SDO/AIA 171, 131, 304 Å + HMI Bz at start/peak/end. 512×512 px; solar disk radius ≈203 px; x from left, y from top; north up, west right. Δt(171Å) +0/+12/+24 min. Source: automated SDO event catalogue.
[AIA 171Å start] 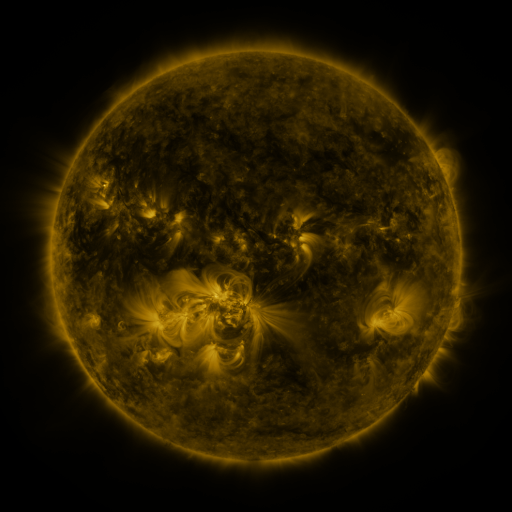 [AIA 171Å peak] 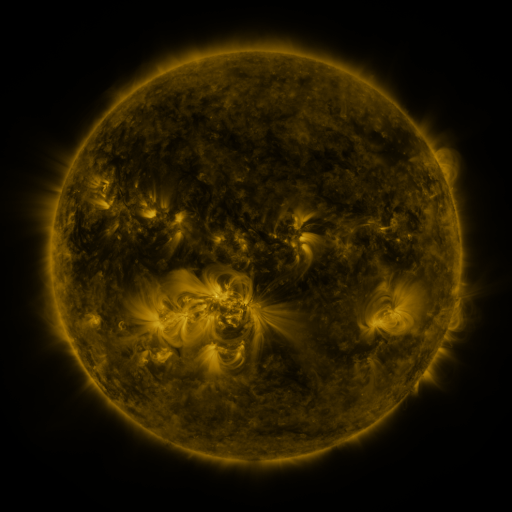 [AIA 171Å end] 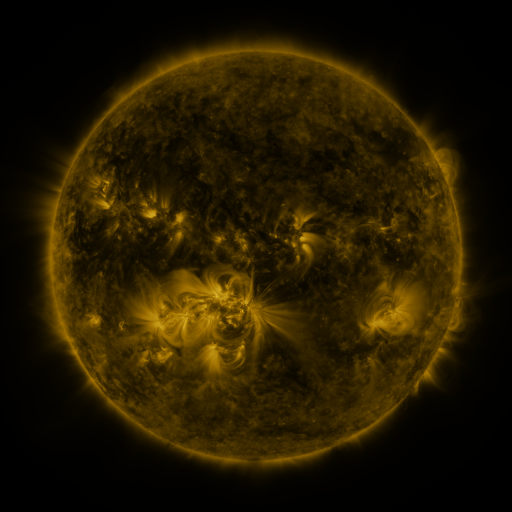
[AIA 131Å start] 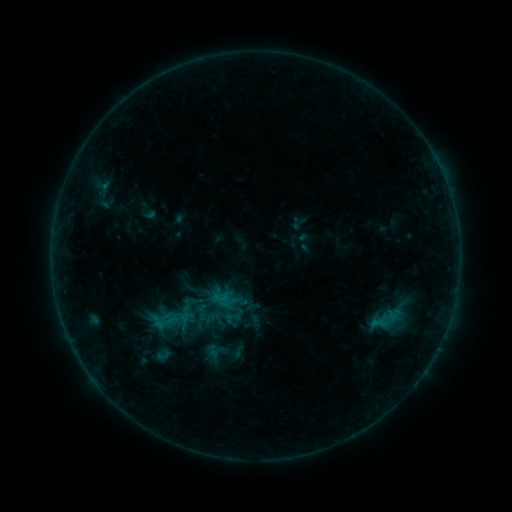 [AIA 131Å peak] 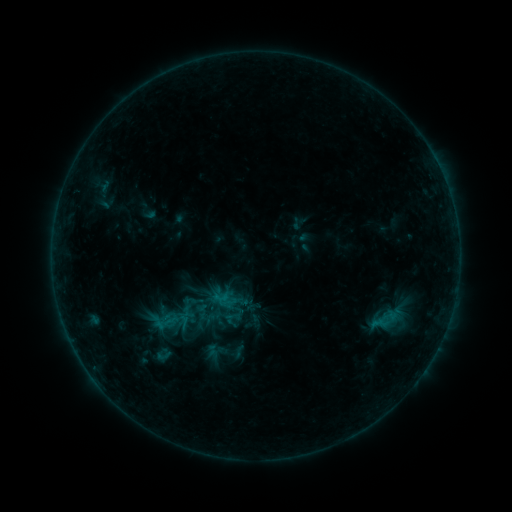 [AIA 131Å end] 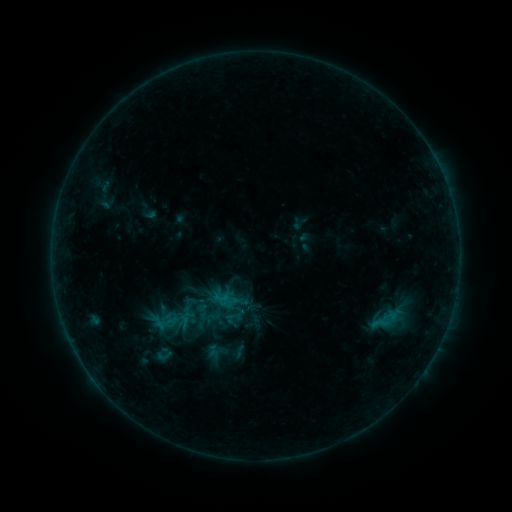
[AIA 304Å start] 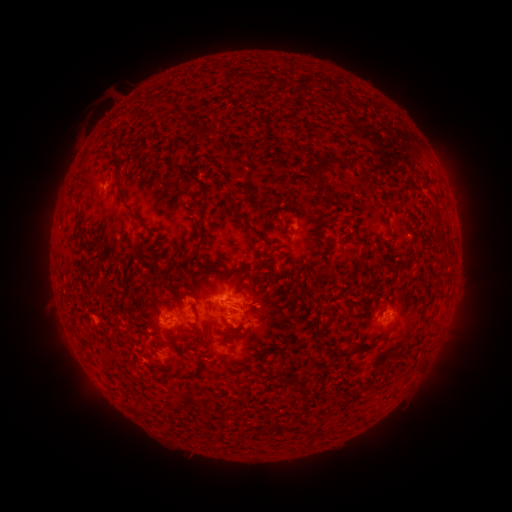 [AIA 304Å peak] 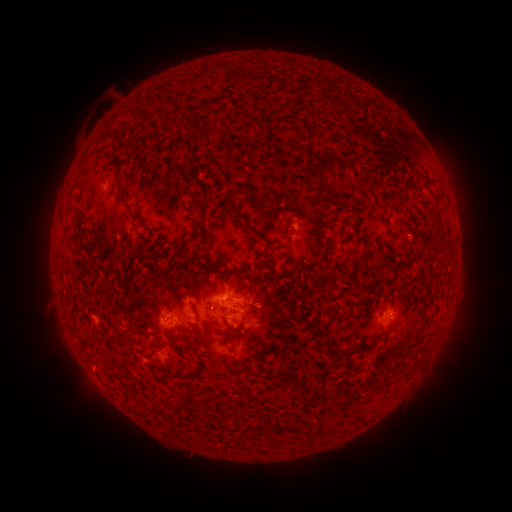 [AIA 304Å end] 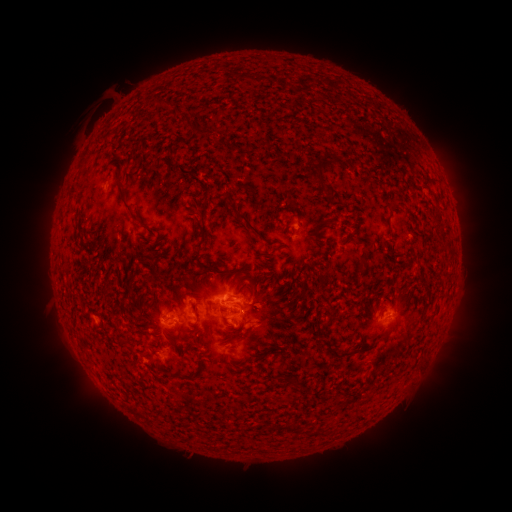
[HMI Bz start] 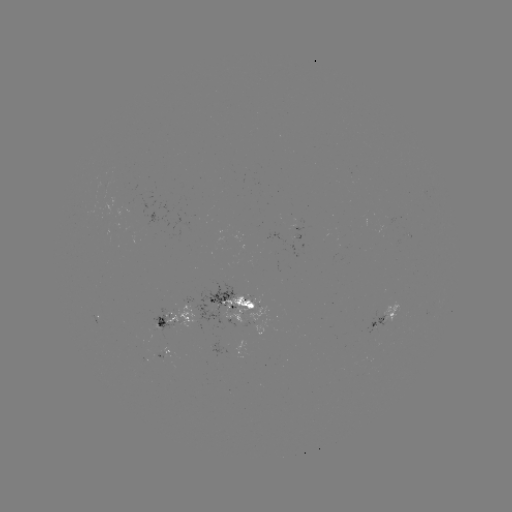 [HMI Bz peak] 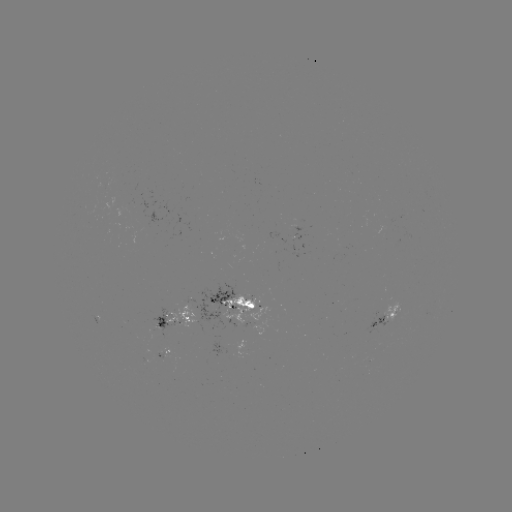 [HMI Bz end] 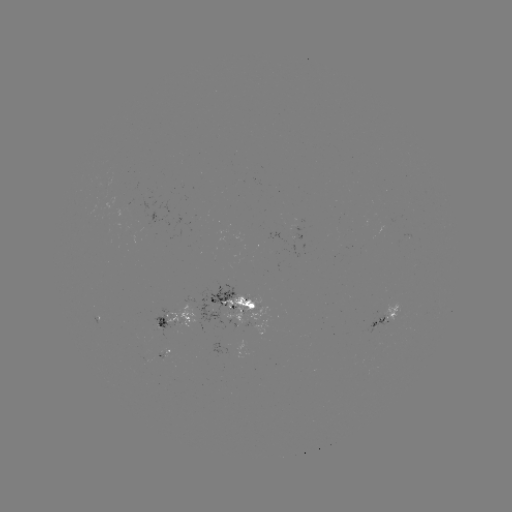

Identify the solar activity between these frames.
no catalogued flare and no flagged EUV brightening in this window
